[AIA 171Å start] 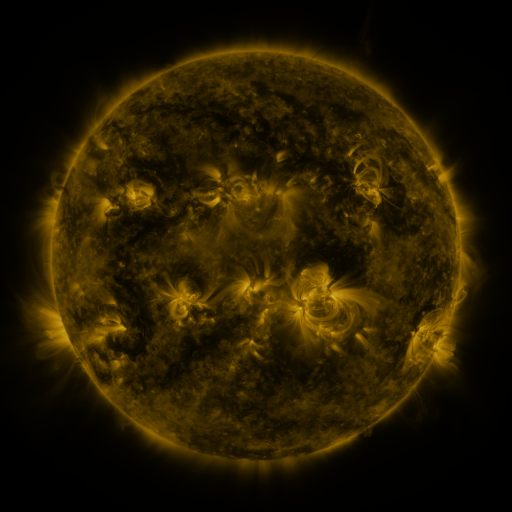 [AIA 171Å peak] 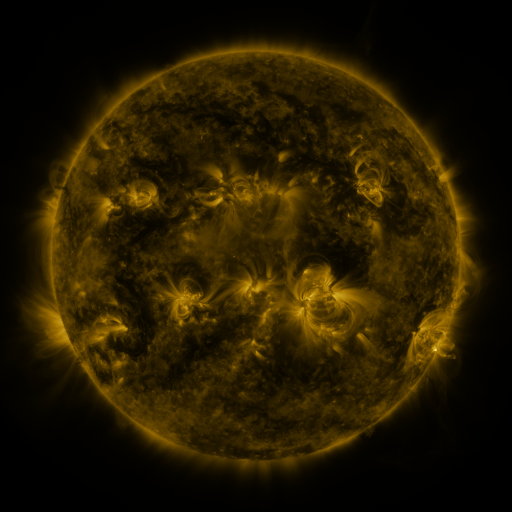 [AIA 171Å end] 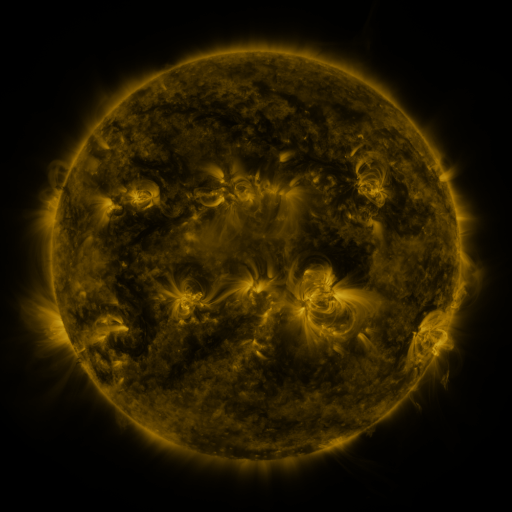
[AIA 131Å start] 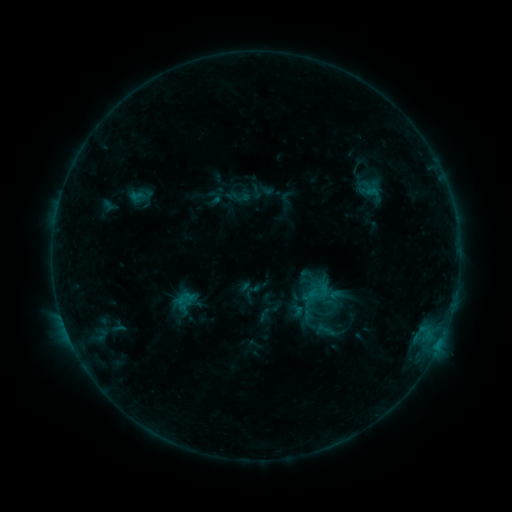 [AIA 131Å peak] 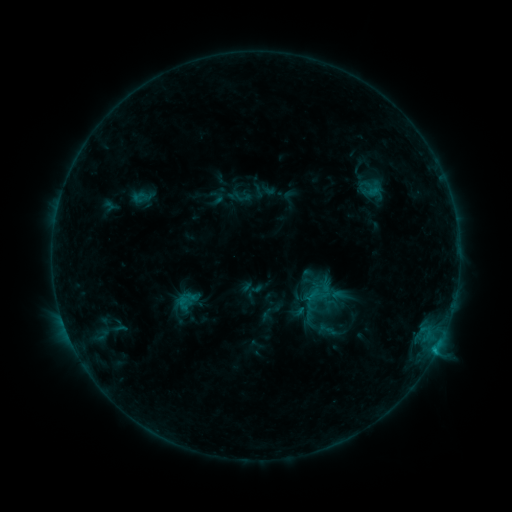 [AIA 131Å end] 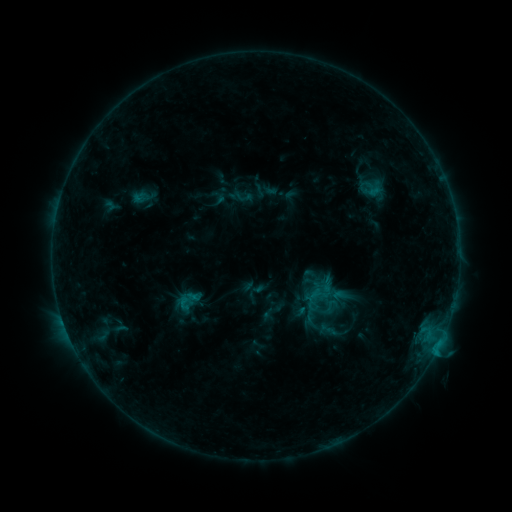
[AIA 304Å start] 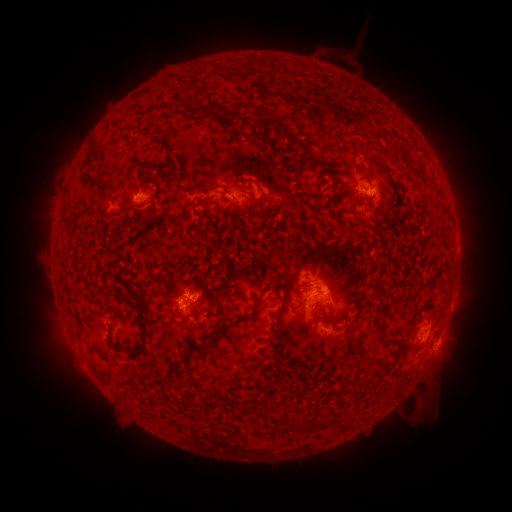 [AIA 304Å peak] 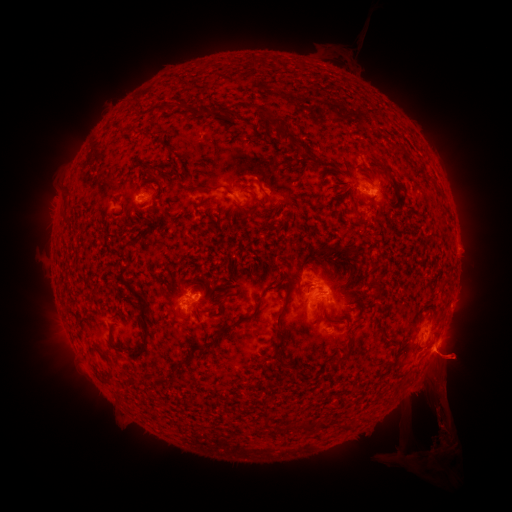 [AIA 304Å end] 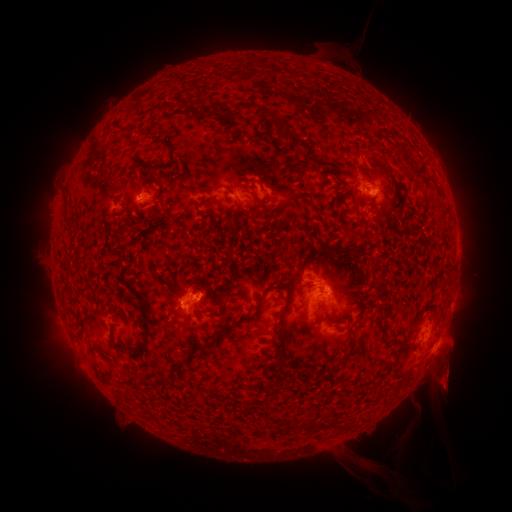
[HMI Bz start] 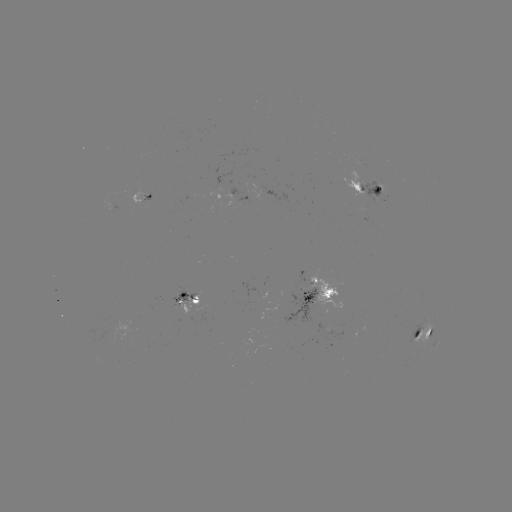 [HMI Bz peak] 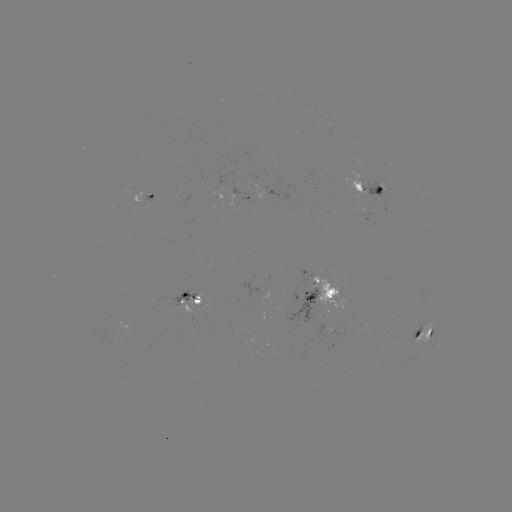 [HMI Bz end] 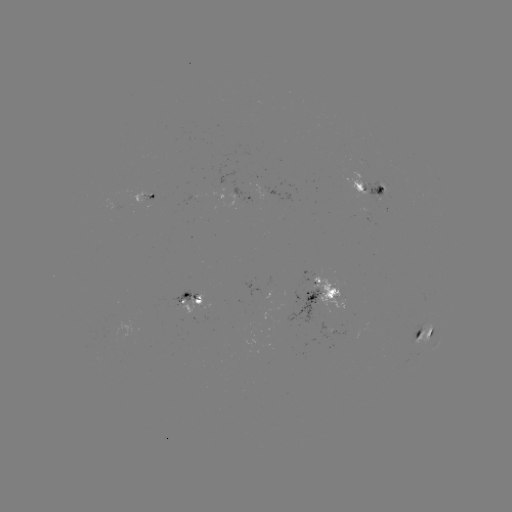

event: emerging-flux region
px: (387, 184)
